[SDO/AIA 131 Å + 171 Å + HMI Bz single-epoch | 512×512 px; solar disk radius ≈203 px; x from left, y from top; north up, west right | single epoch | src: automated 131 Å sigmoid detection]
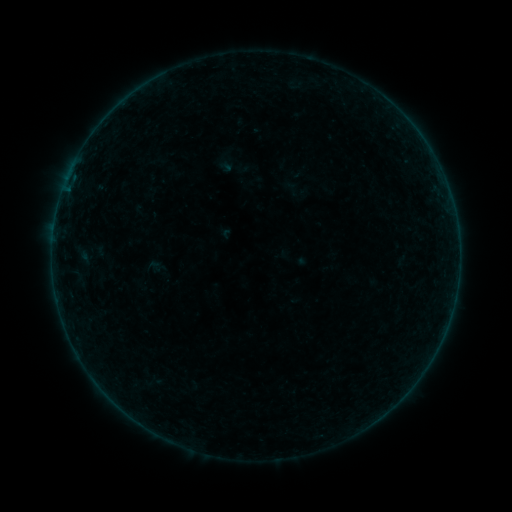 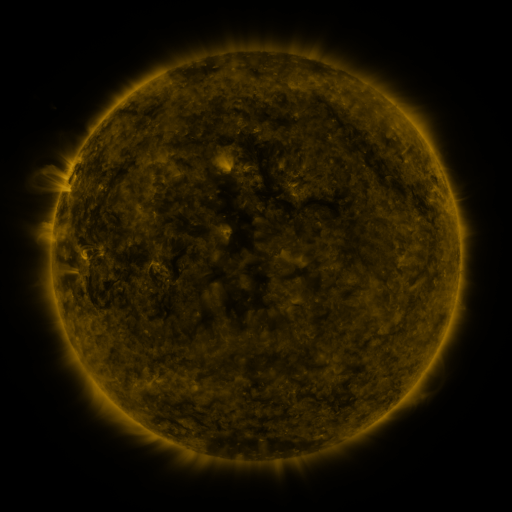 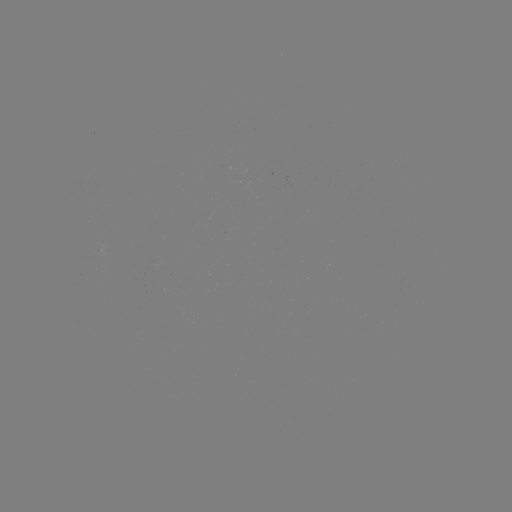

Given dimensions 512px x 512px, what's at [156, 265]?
sigmoid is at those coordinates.